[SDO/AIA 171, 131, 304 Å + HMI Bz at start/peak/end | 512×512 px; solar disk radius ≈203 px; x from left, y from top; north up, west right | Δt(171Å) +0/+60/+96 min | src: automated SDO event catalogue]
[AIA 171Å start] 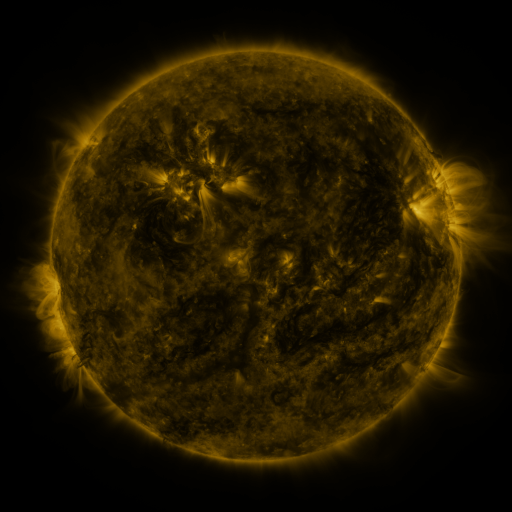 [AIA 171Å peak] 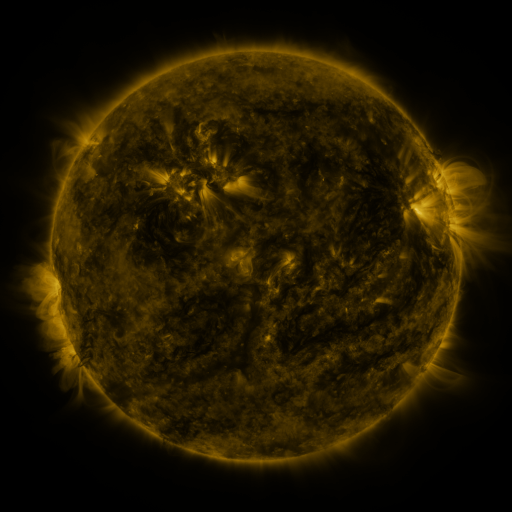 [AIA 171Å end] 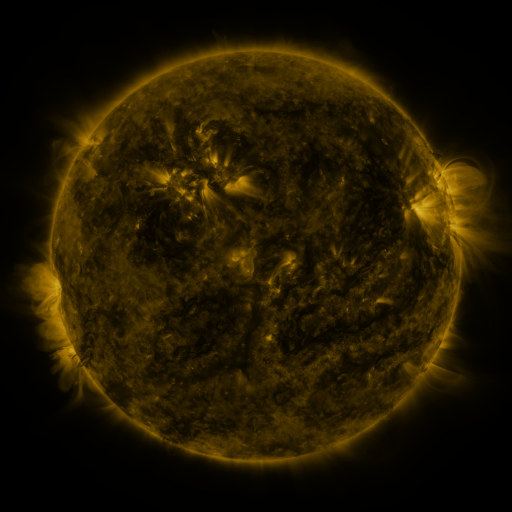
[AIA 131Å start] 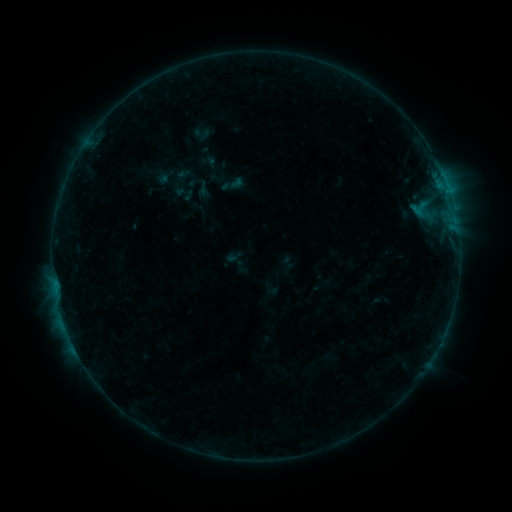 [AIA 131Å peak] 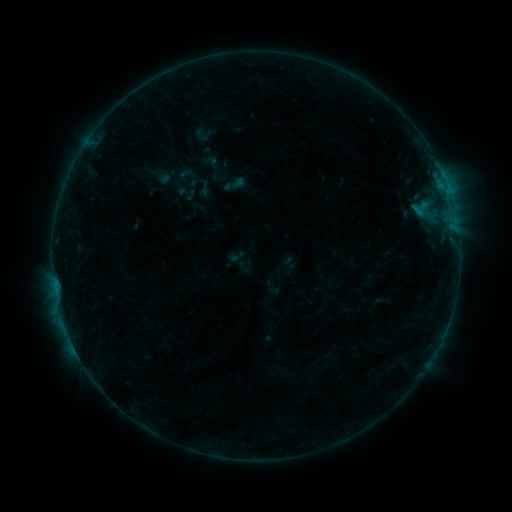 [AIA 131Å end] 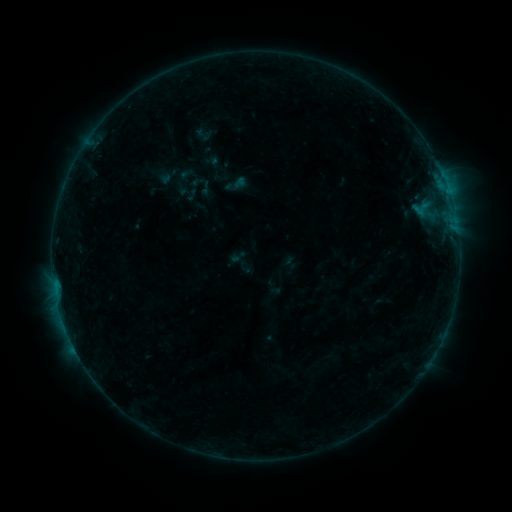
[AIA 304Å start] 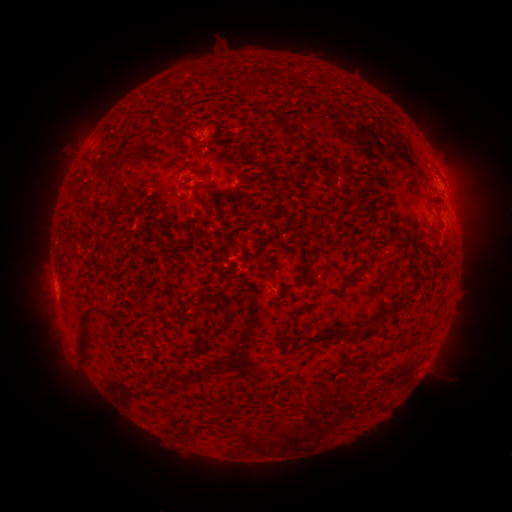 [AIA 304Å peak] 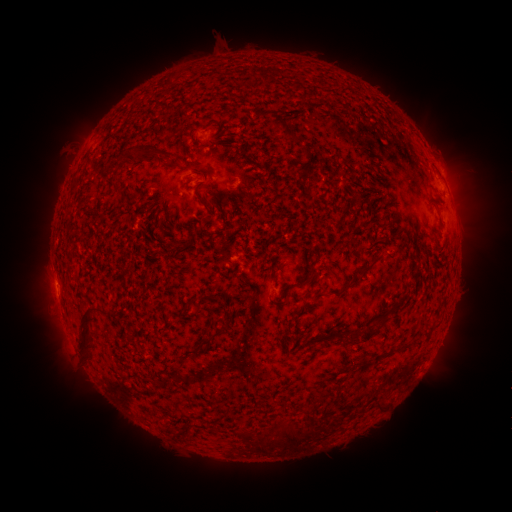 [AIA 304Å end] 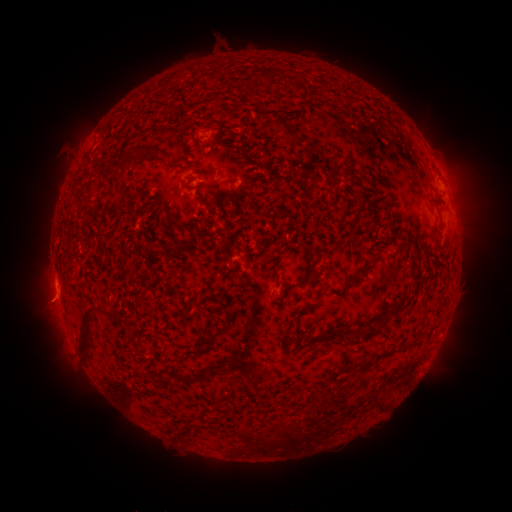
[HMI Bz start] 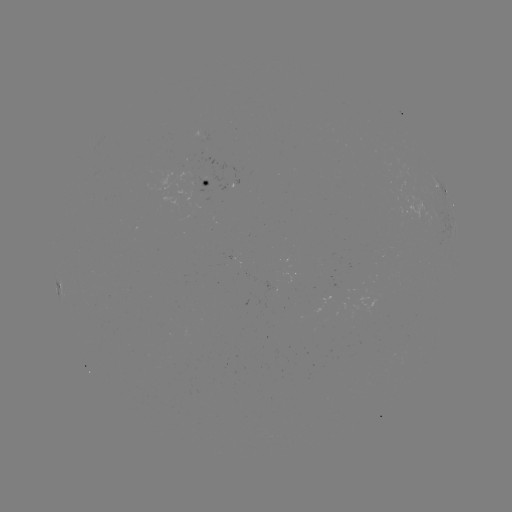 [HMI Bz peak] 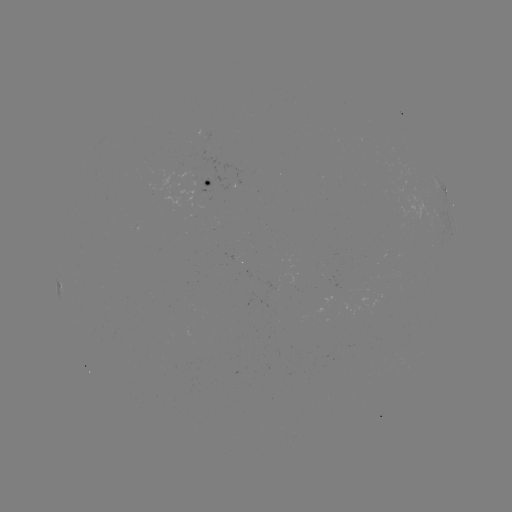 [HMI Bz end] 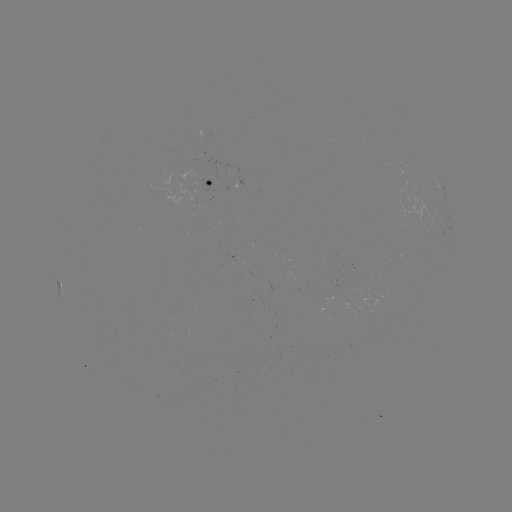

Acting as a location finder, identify emerging-flux region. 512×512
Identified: [196, 178].